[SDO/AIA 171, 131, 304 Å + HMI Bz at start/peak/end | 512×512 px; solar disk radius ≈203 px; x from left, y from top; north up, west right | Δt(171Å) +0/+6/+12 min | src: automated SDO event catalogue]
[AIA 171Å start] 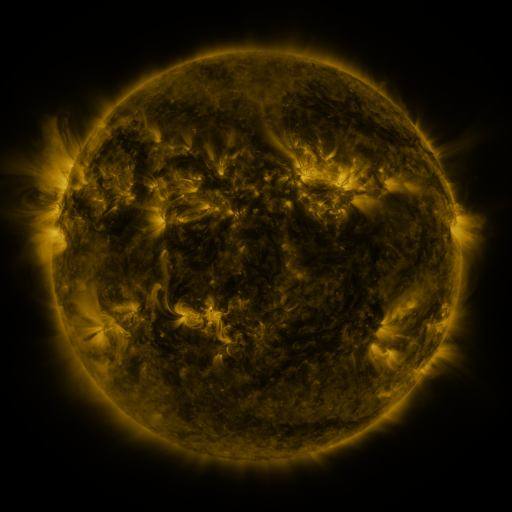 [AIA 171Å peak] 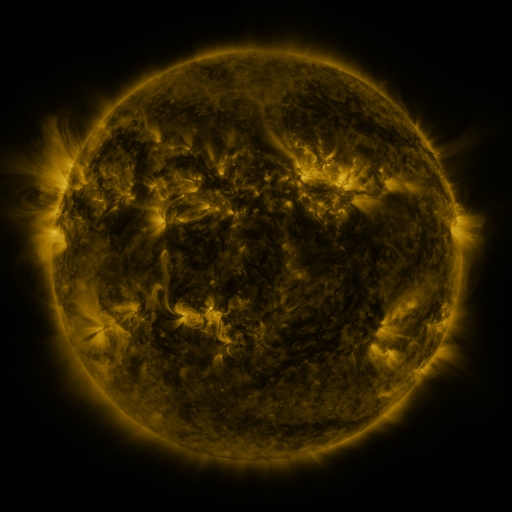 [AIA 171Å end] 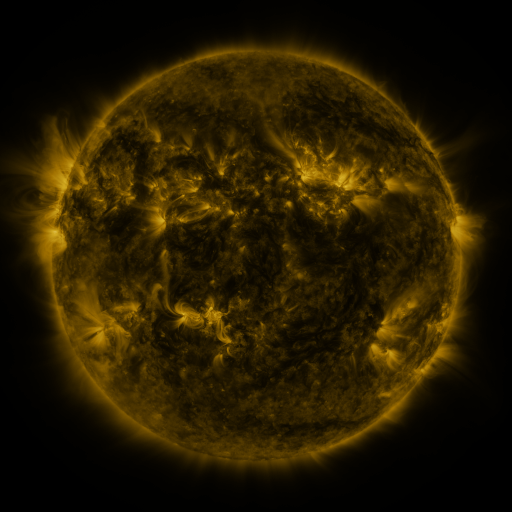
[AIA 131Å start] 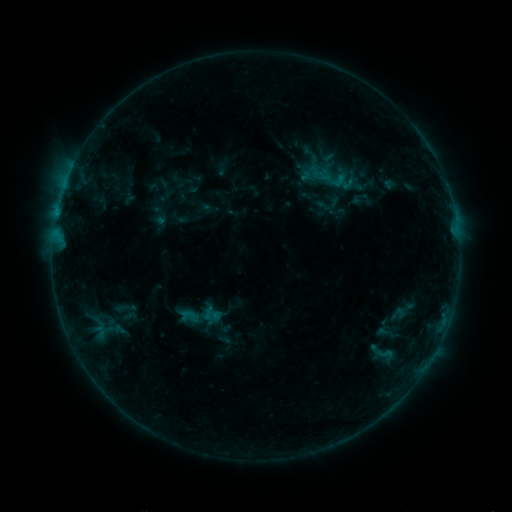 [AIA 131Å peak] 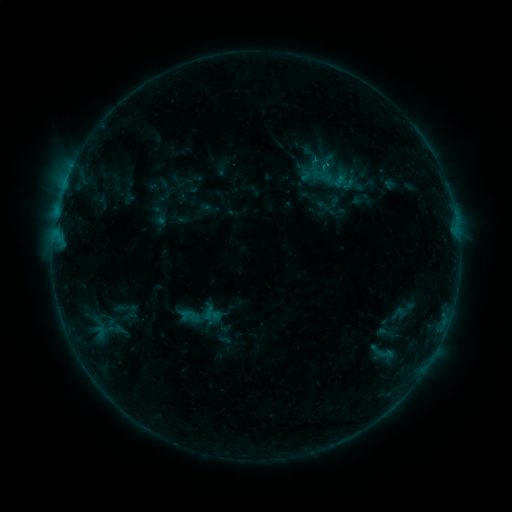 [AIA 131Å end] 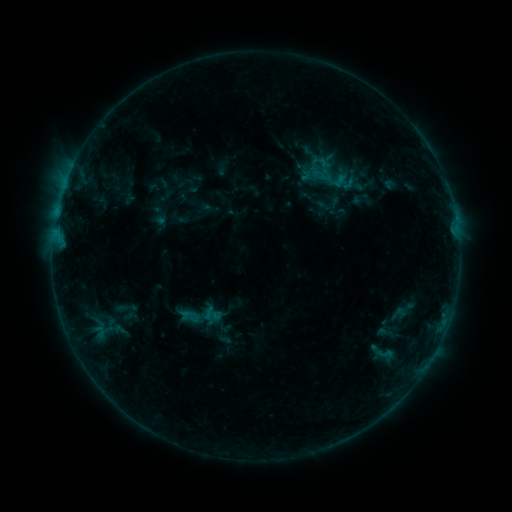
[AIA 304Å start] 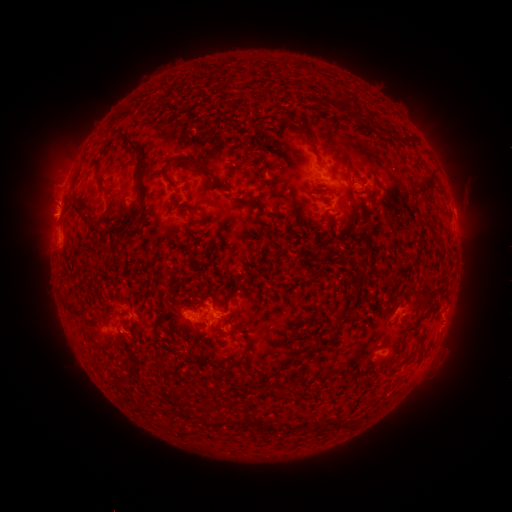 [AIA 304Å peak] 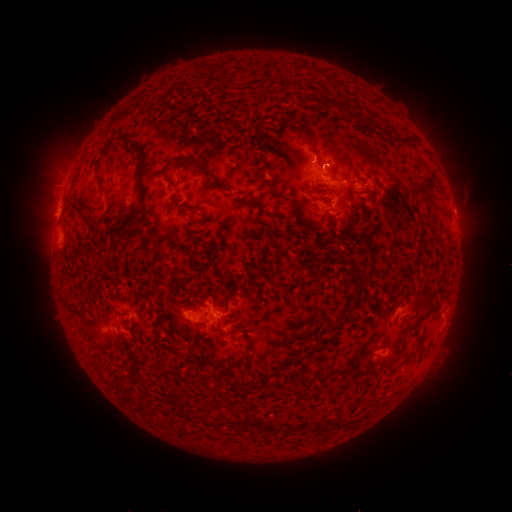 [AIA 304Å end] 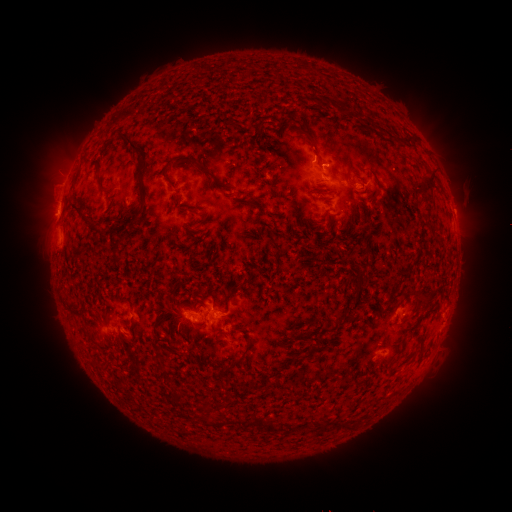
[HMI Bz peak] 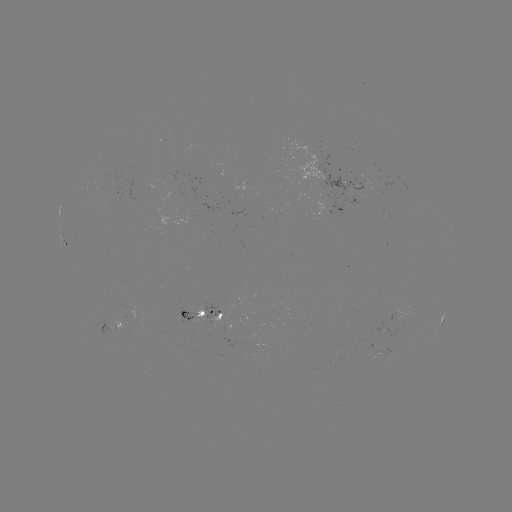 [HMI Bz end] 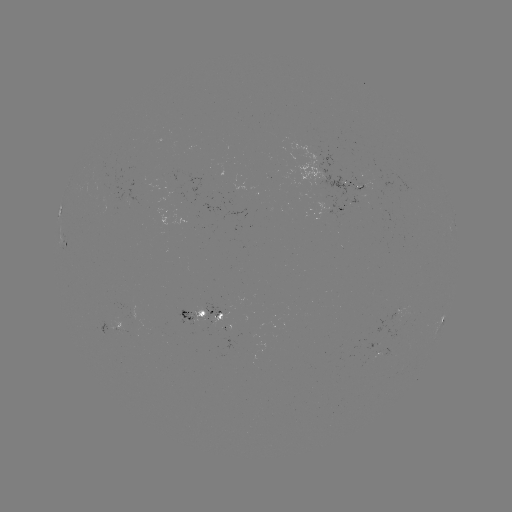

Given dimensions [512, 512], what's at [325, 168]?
B6.2 flare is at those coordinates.